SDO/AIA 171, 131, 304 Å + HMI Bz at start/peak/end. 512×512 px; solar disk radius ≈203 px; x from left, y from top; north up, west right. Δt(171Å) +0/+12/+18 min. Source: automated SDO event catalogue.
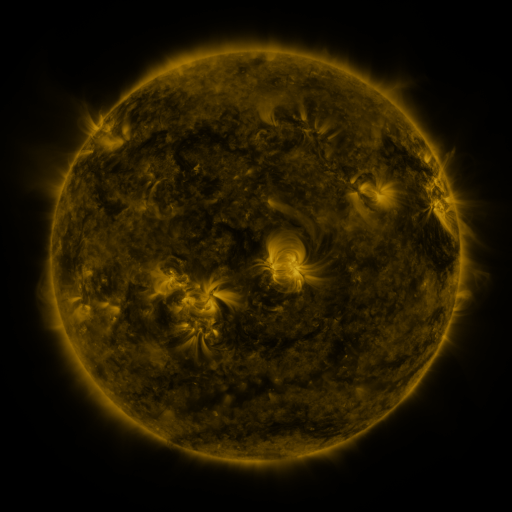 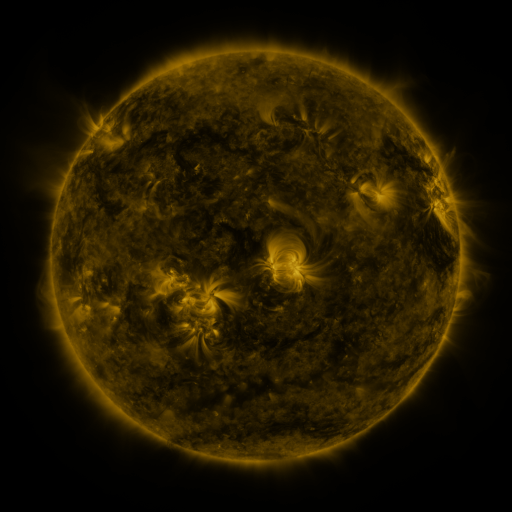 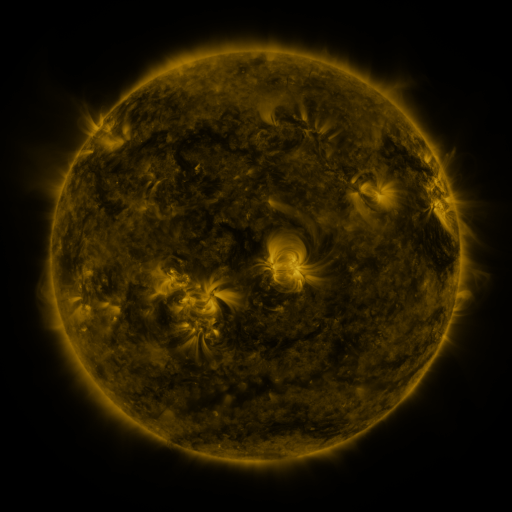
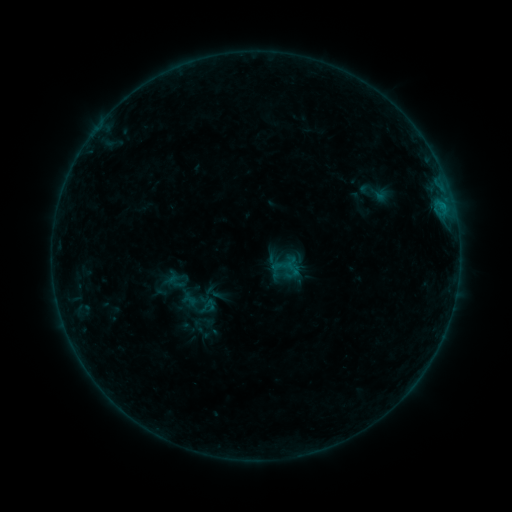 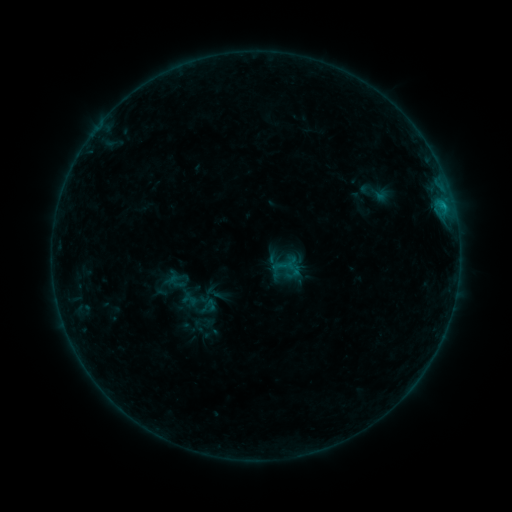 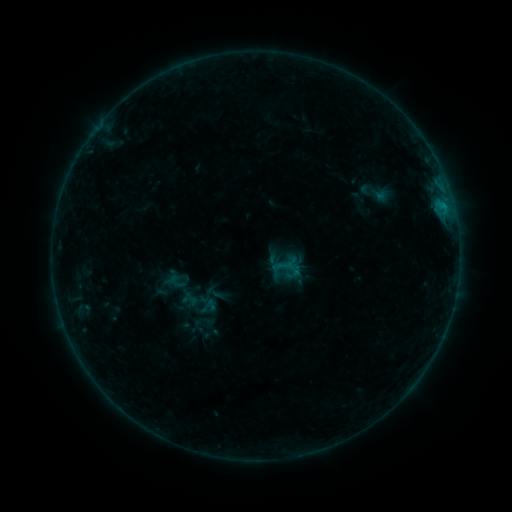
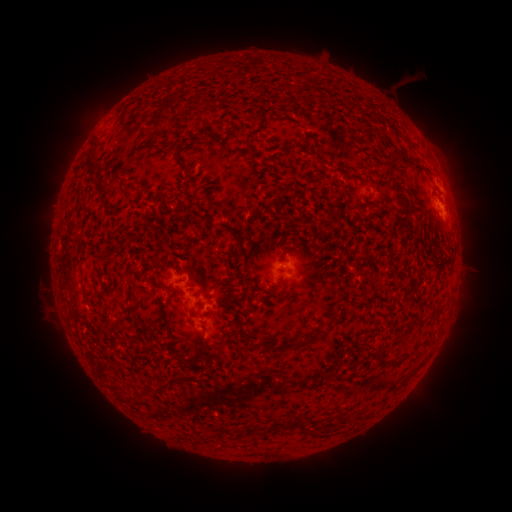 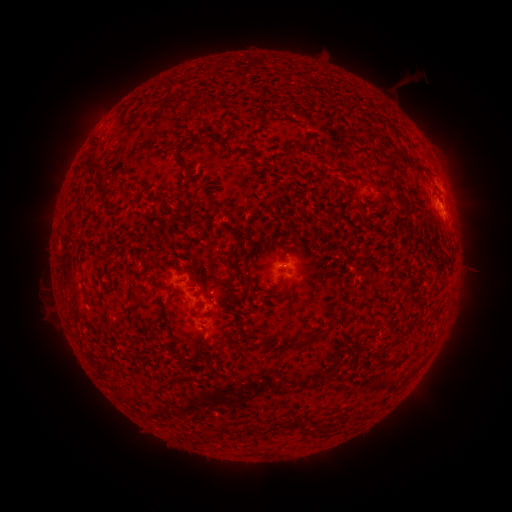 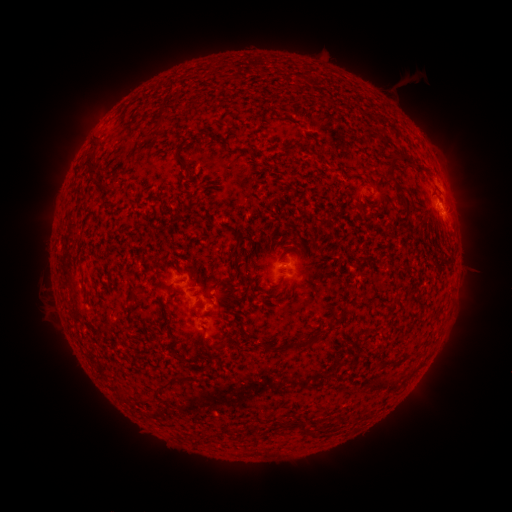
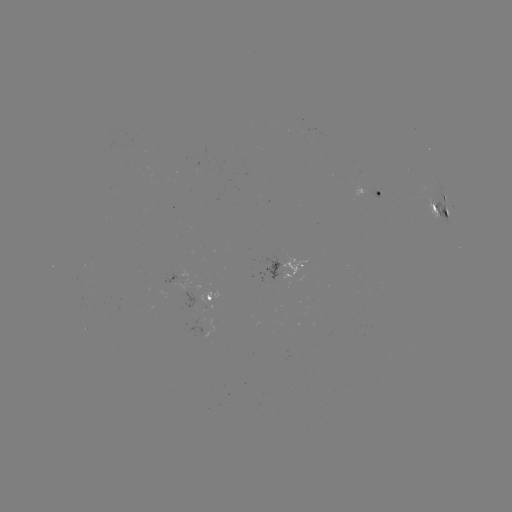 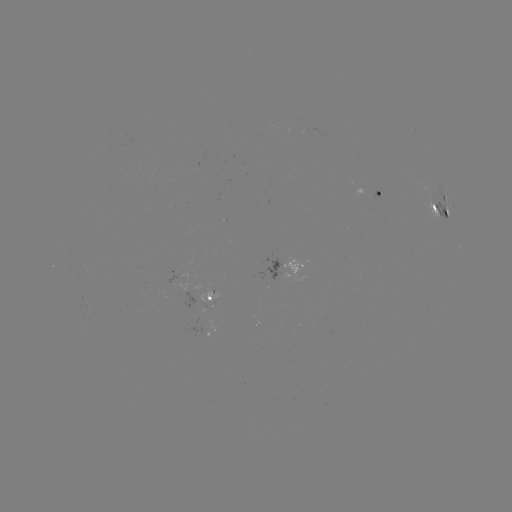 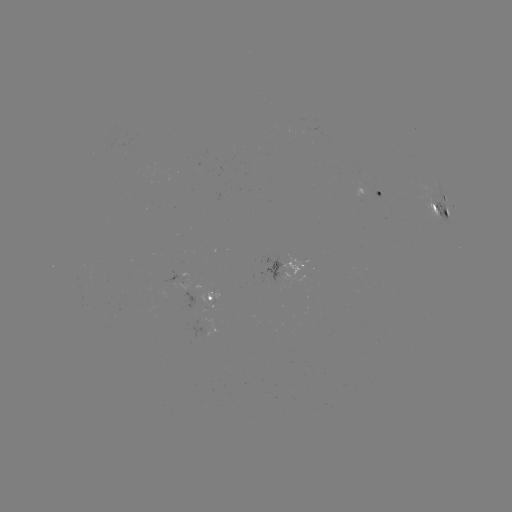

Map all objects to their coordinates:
B5.6 flare: (443, 209)
